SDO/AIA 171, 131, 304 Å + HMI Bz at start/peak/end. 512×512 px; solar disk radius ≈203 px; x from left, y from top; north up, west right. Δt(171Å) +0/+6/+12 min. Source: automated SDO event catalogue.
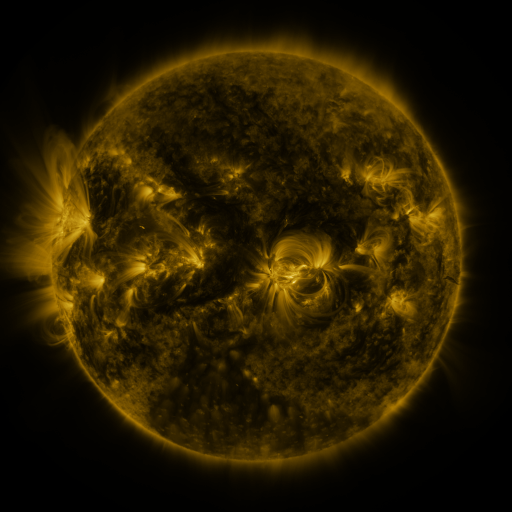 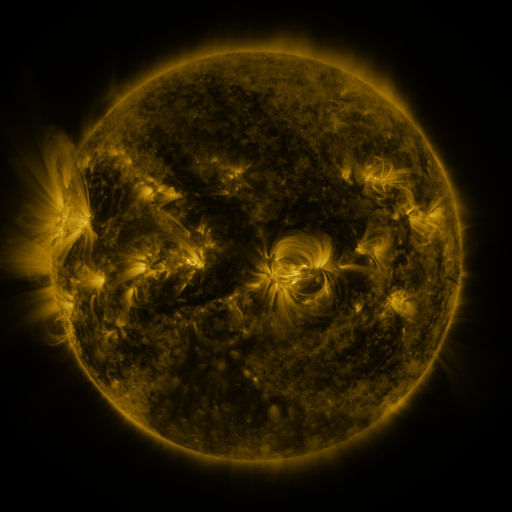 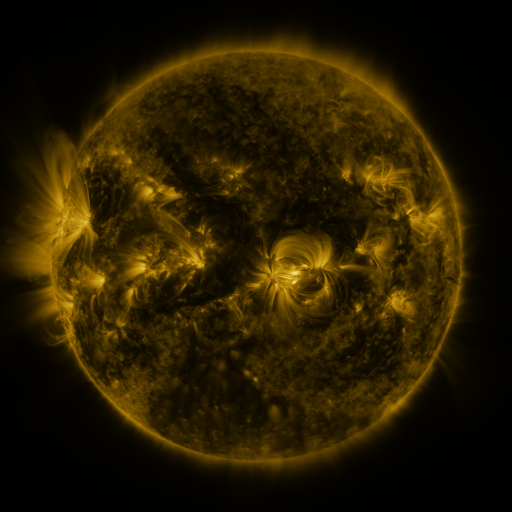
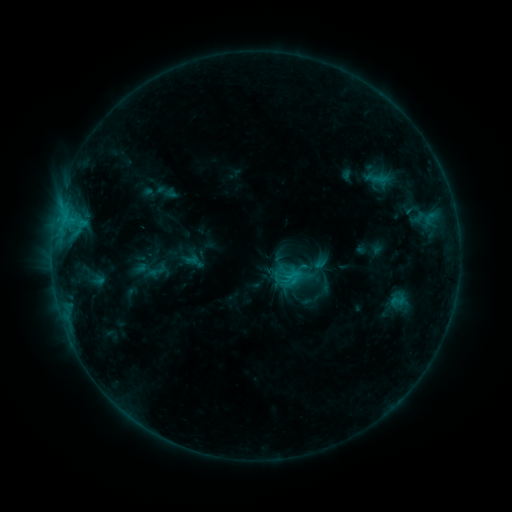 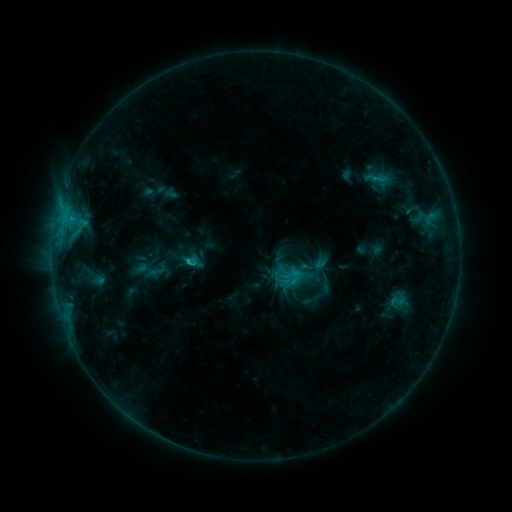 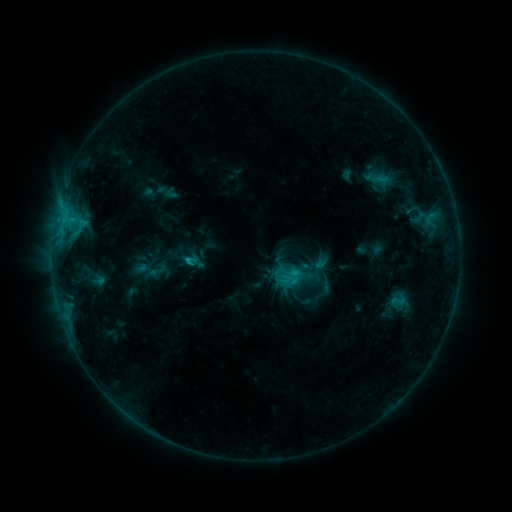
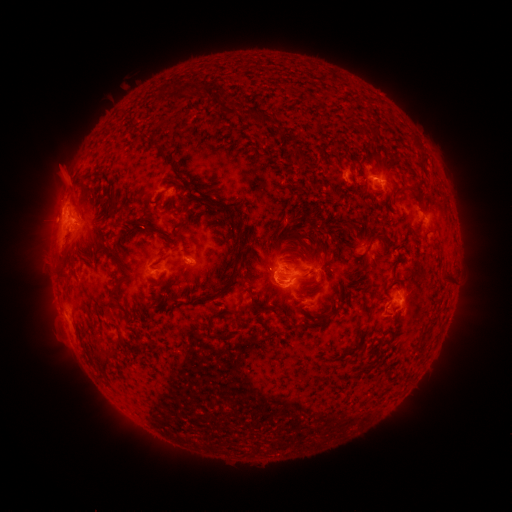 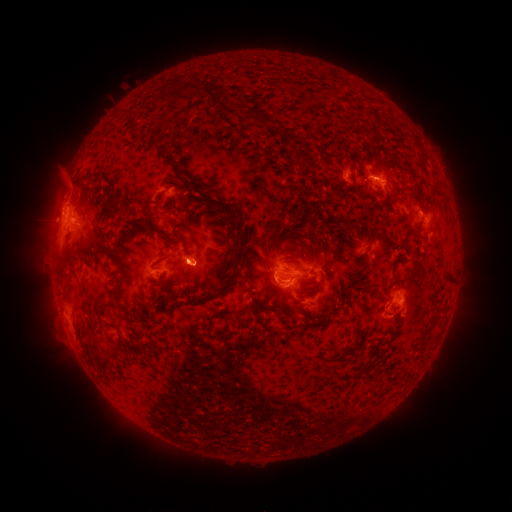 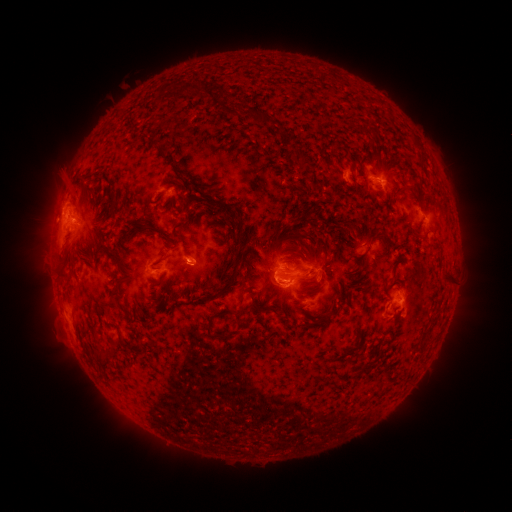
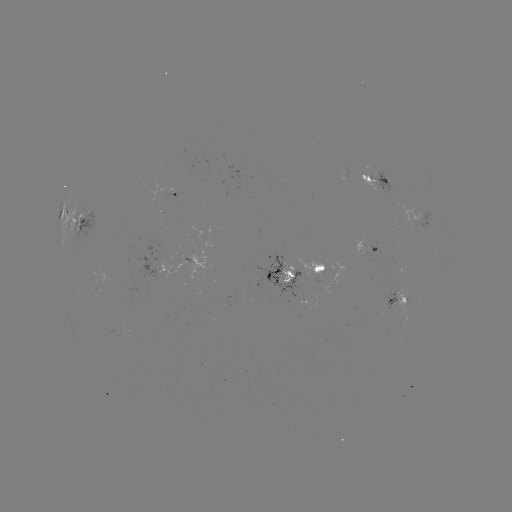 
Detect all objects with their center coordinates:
C1.7 flare: (190, 261)
